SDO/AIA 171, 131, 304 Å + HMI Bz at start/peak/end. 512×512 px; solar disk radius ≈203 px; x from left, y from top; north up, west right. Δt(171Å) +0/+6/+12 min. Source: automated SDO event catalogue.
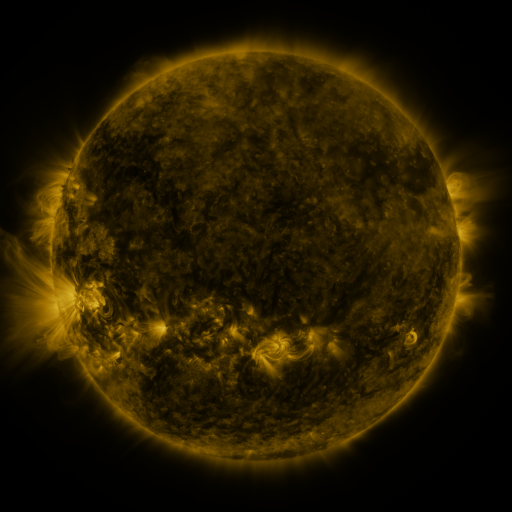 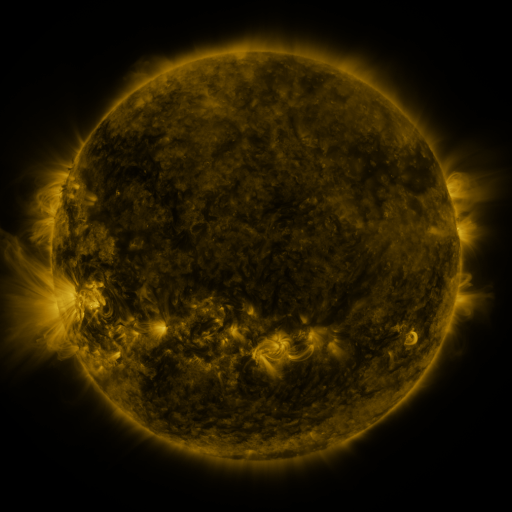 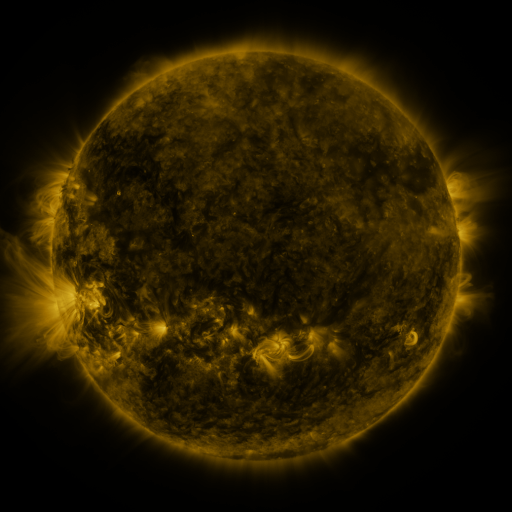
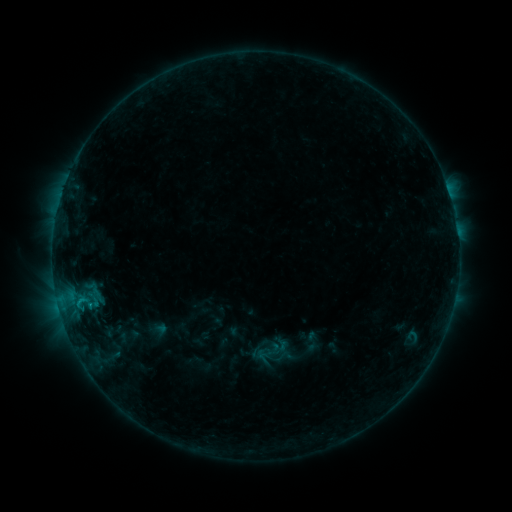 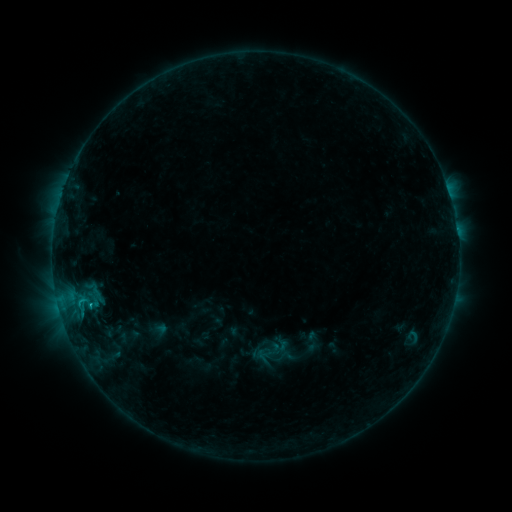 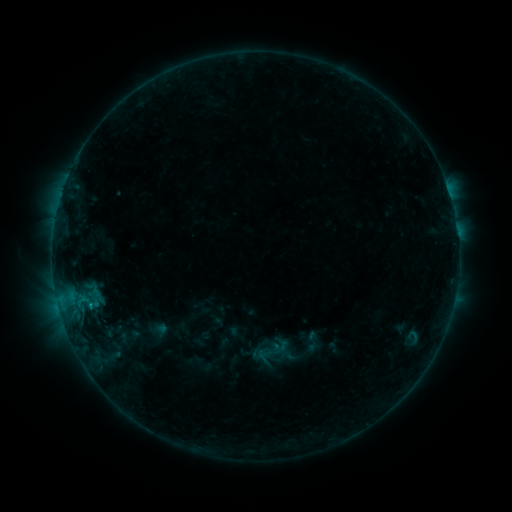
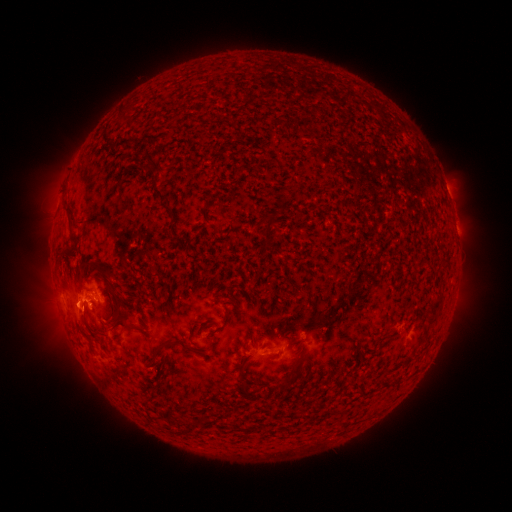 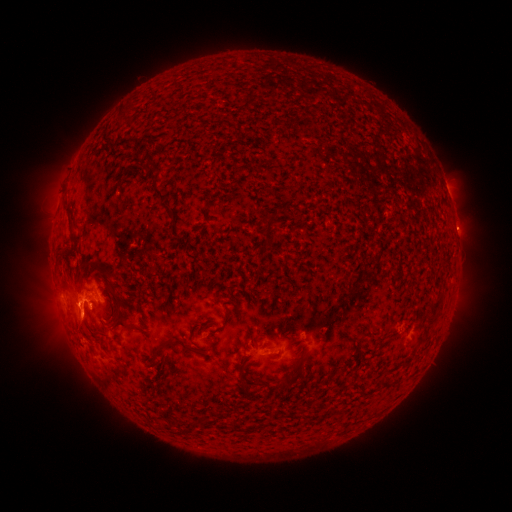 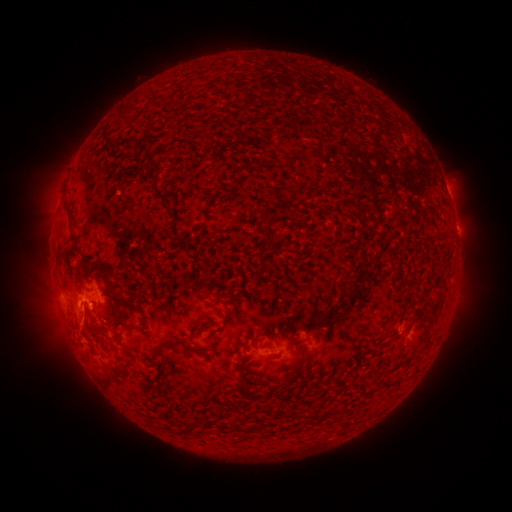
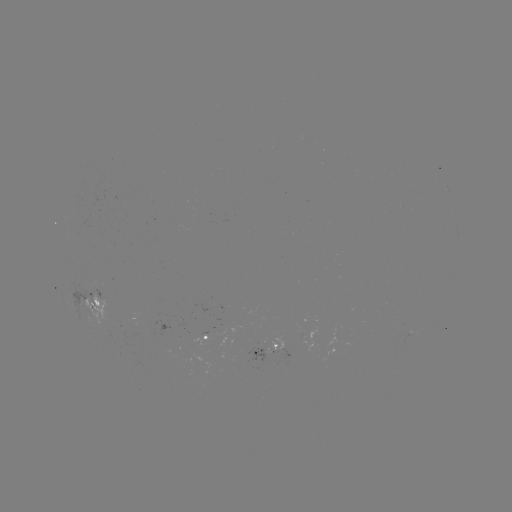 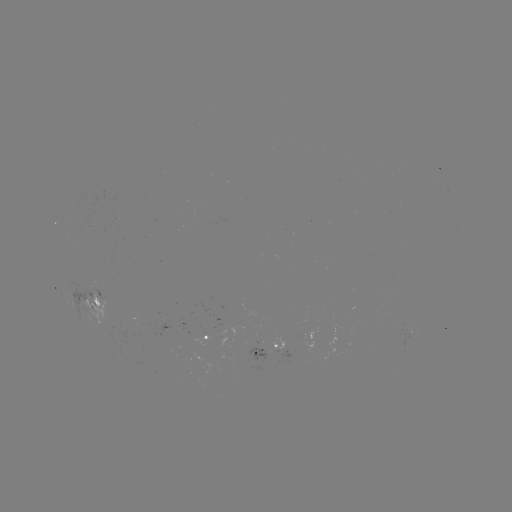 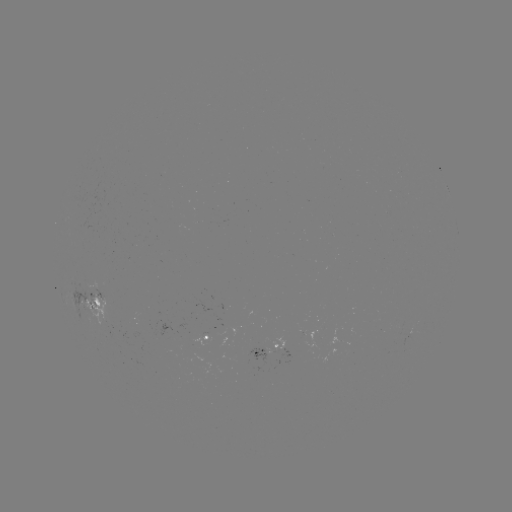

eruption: <bbox>59, 296, 106, 349</bbox>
